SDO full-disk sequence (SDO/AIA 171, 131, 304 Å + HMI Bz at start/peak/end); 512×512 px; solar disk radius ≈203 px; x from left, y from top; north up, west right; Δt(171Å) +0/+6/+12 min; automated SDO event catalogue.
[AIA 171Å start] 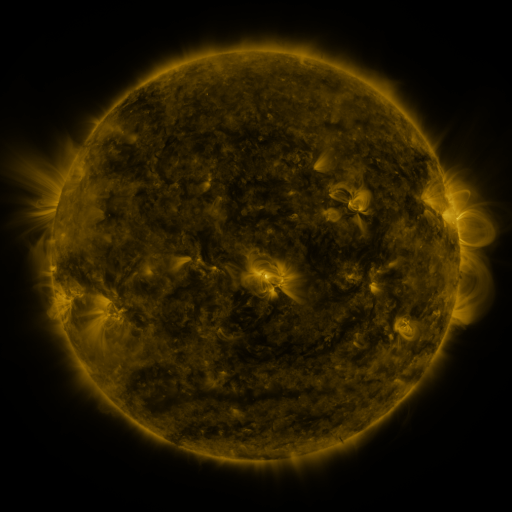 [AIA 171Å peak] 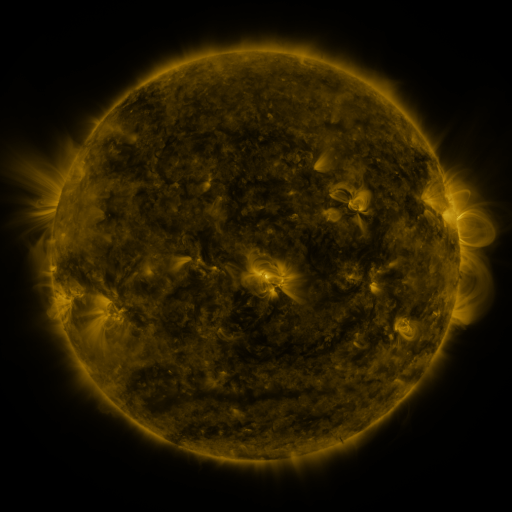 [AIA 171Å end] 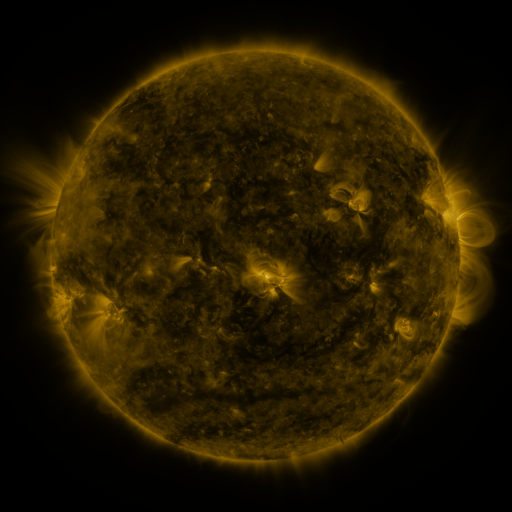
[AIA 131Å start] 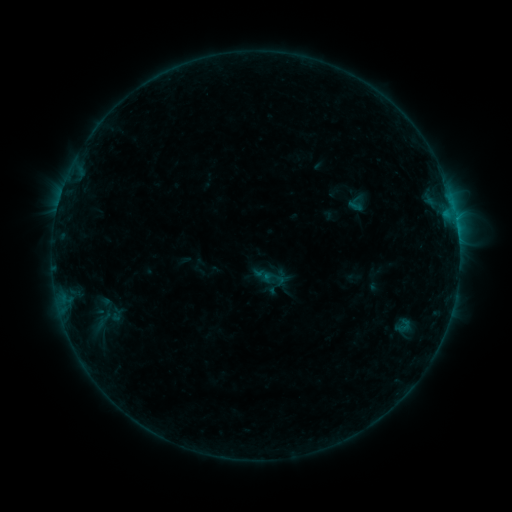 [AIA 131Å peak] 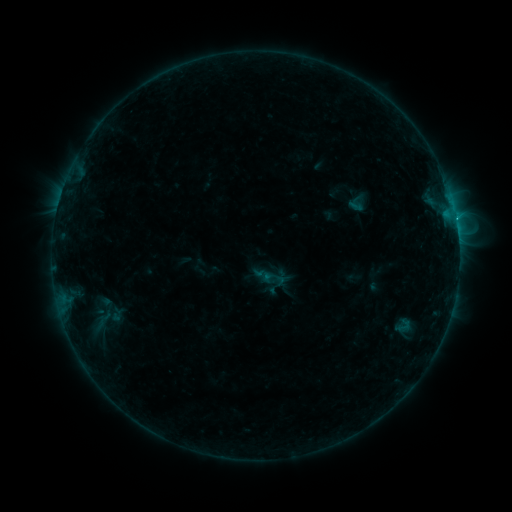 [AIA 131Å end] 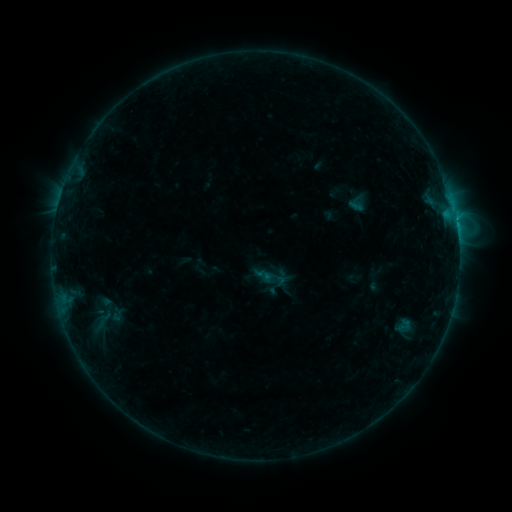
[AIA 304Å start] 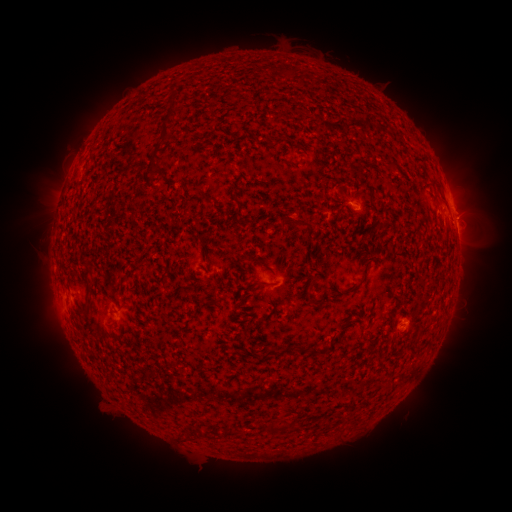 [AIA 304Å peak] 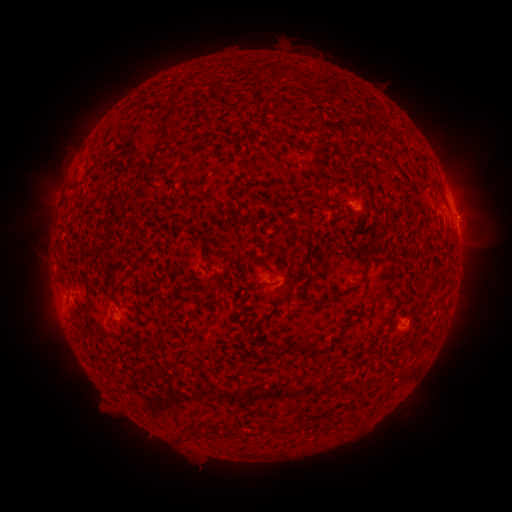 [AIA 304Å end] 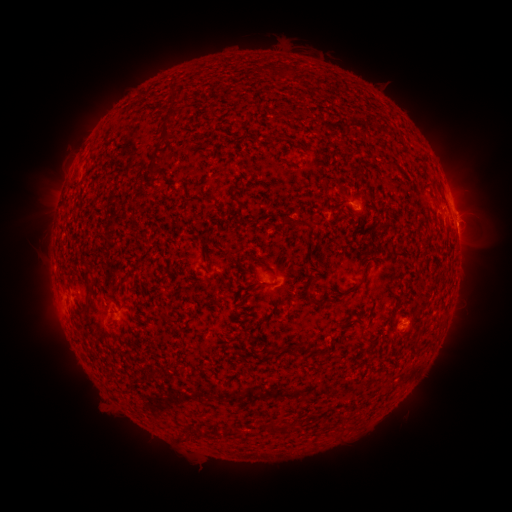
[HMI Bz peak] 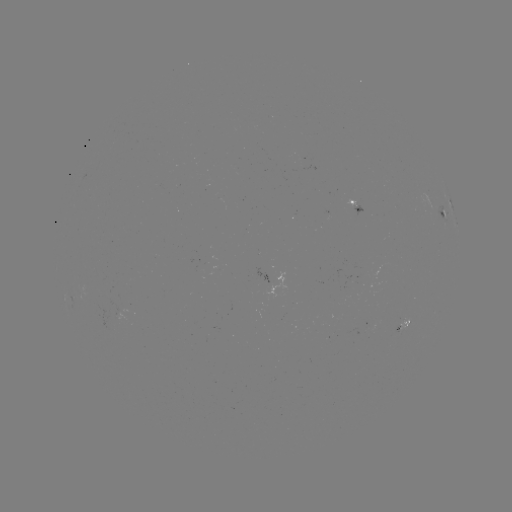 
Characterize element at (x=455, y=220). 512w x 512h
B6.7 flare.